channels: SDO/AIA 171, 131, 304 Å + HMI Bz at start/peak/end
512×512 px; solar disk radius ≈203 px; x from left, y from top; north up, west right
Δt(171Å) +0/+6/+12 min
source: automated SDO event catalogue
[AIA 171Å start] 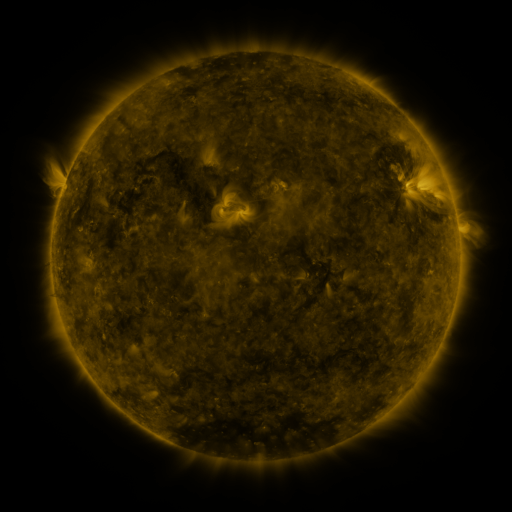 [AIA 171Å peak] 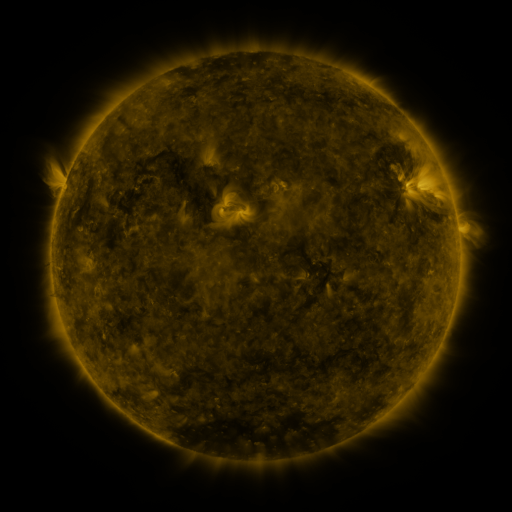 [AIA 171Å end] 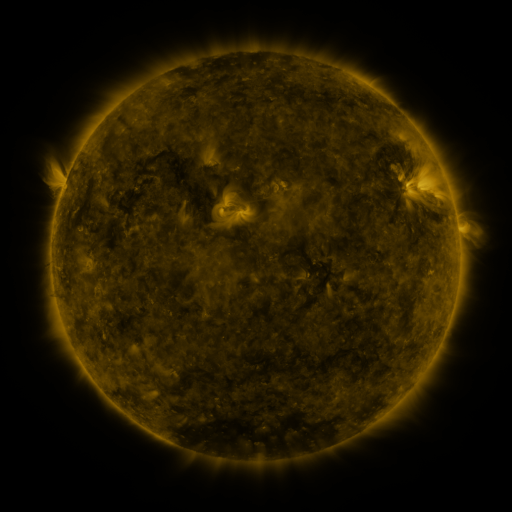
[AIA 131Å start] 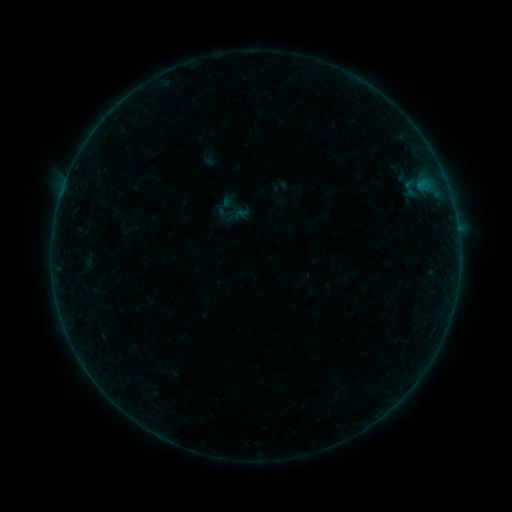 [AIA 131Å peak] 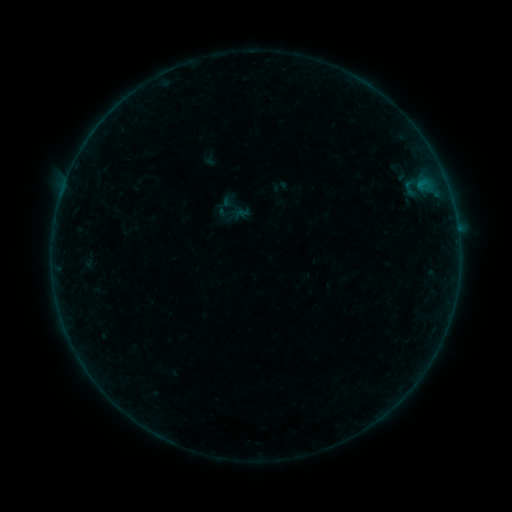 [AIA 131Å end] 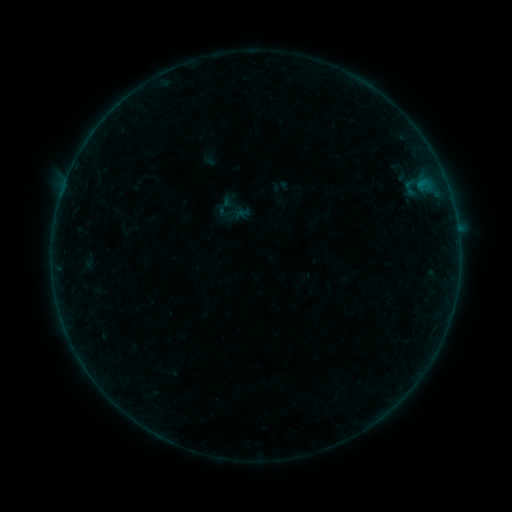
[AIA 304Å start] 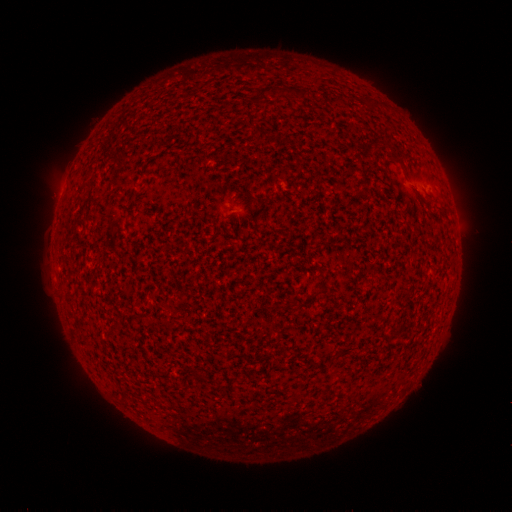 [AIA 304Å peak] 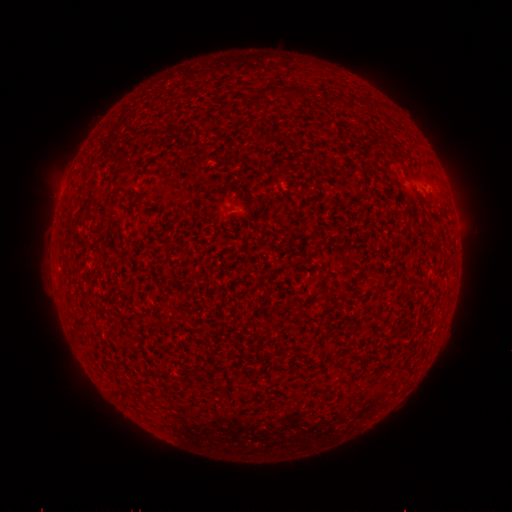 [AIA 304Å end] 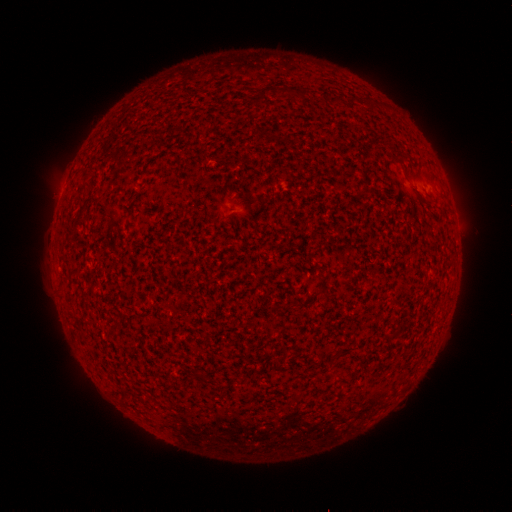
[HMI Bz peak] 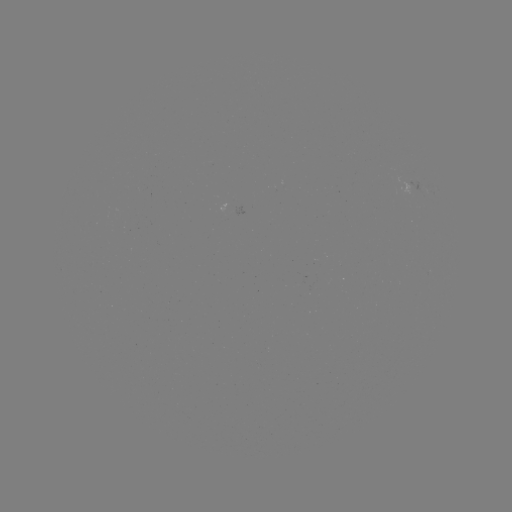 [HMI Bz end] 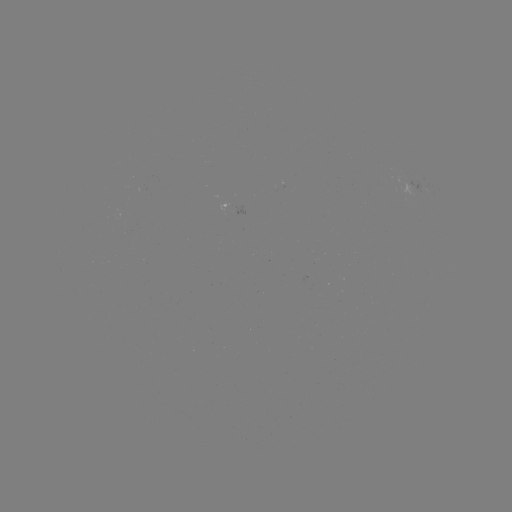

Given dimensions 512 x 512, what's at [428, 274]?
B1.8 flare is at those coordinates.